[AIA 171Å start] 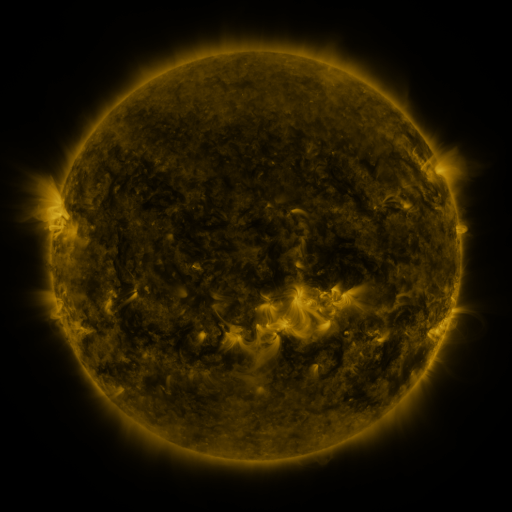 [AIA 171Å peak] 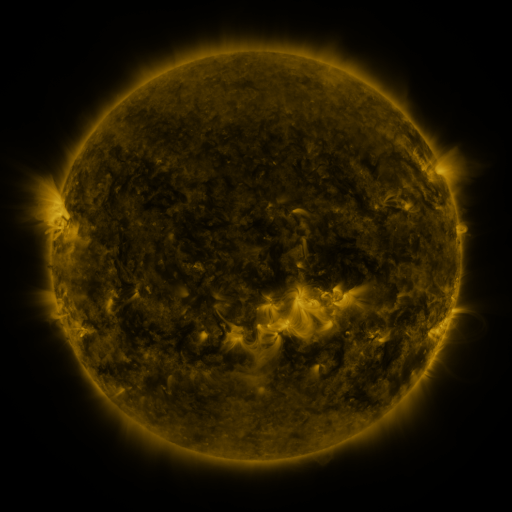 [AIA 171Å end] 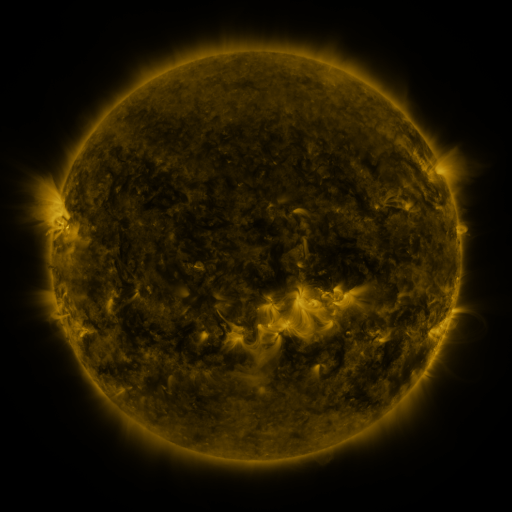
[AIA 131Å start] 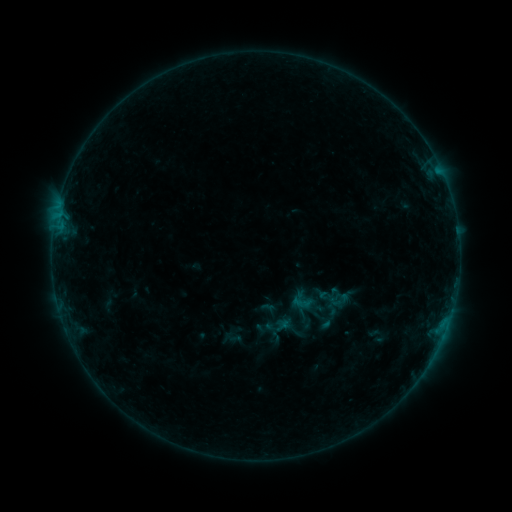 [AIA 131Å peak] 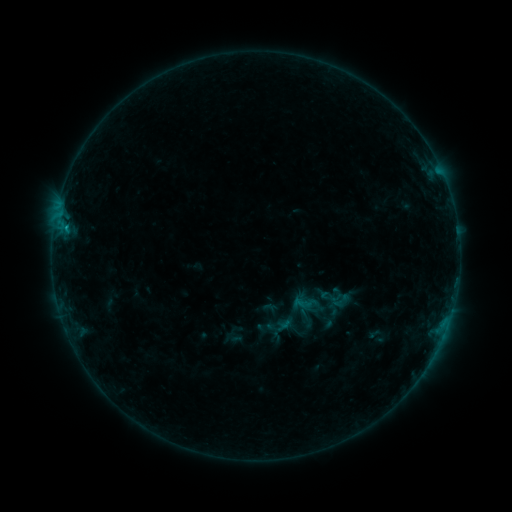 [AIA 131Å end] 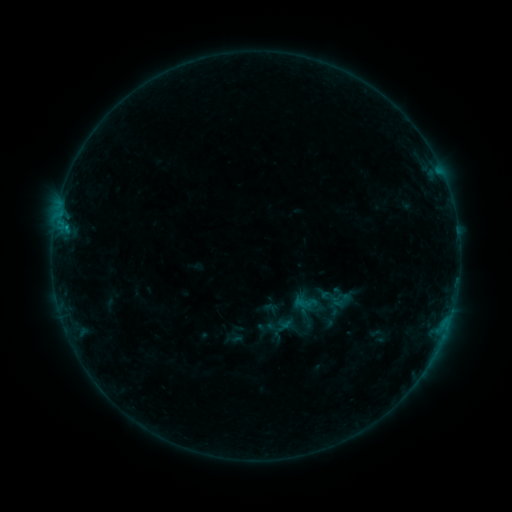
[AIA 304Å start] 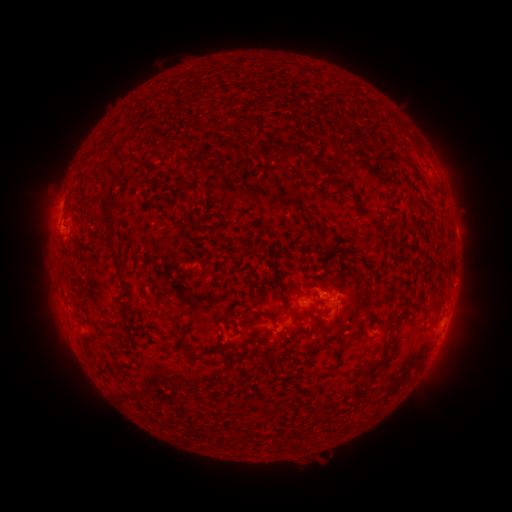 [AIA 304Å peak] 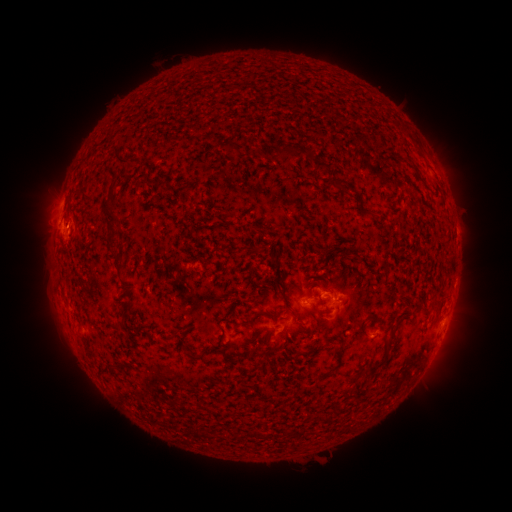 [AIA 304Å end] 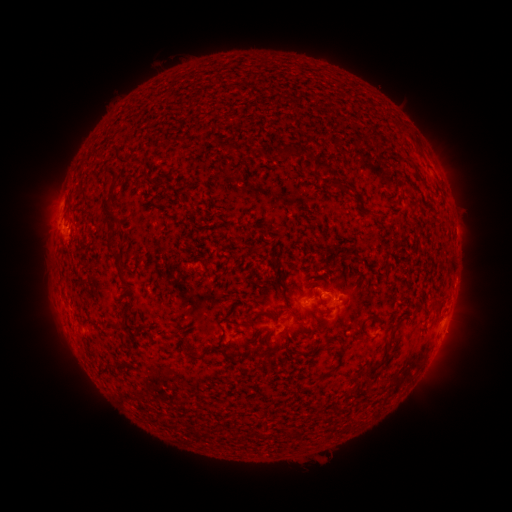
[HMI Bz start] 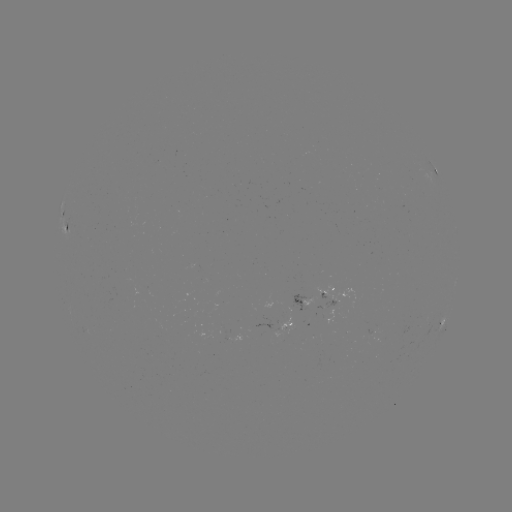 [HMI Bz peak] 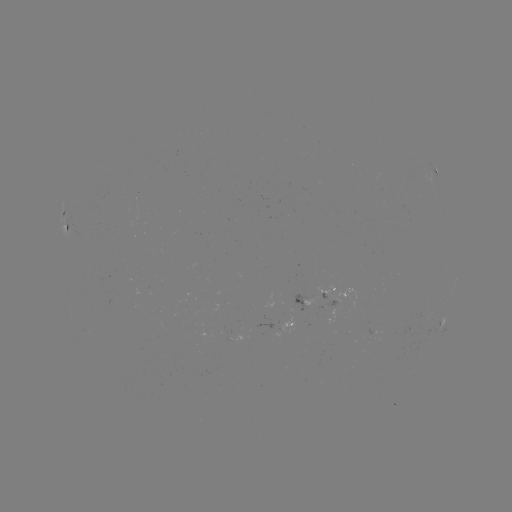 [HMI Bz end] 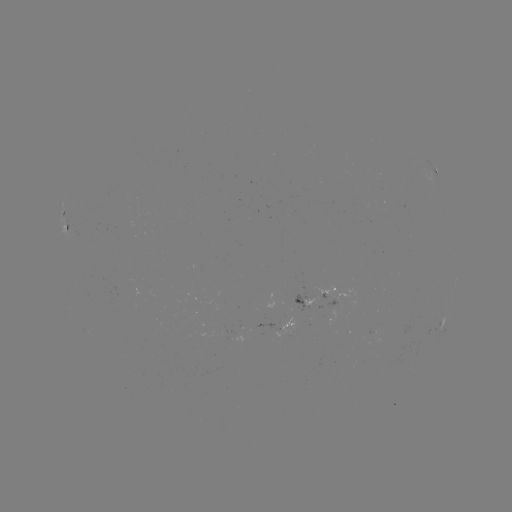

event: flare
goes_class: B3.7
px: (66, 230)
